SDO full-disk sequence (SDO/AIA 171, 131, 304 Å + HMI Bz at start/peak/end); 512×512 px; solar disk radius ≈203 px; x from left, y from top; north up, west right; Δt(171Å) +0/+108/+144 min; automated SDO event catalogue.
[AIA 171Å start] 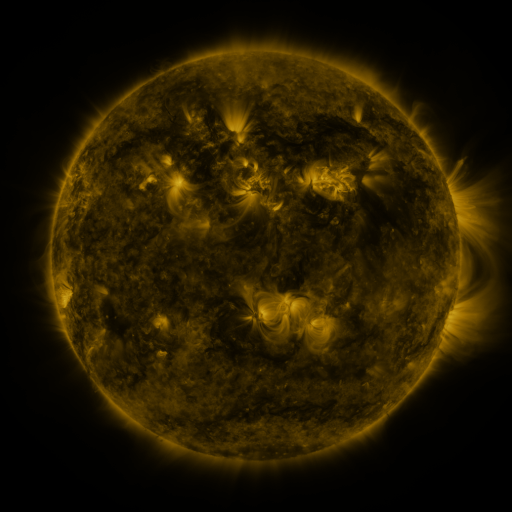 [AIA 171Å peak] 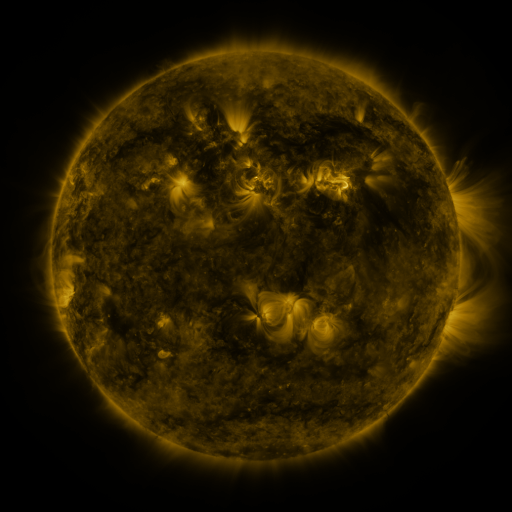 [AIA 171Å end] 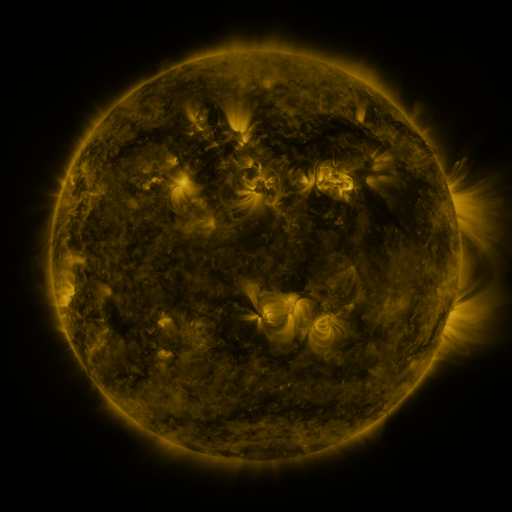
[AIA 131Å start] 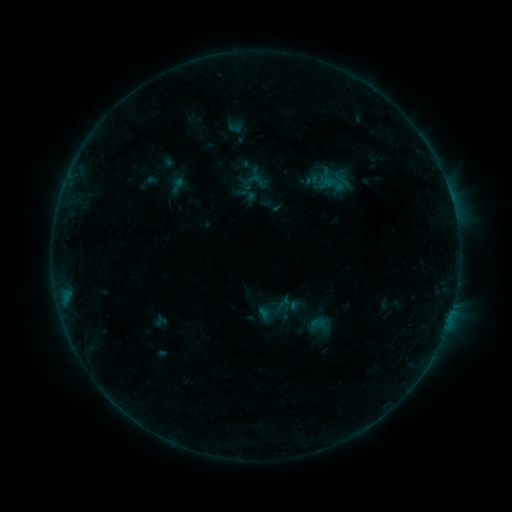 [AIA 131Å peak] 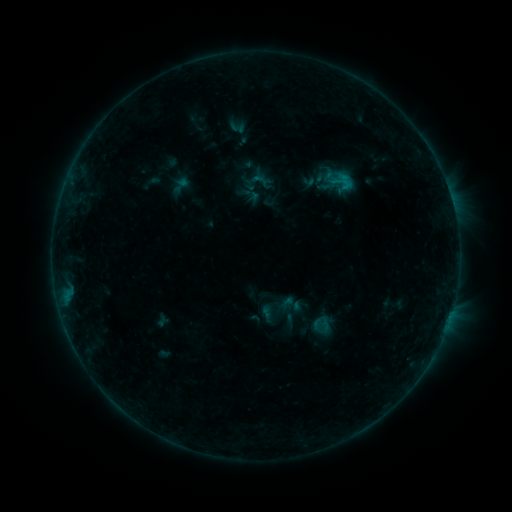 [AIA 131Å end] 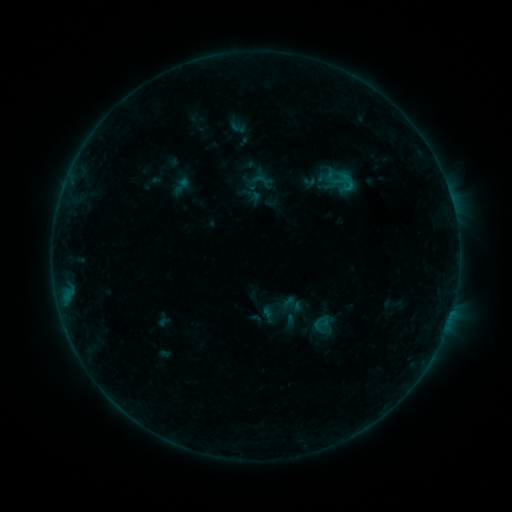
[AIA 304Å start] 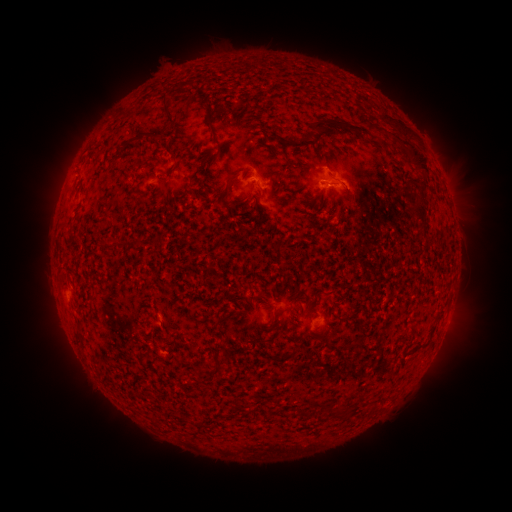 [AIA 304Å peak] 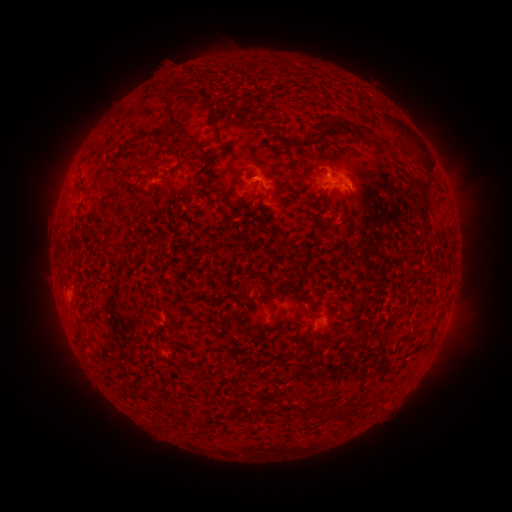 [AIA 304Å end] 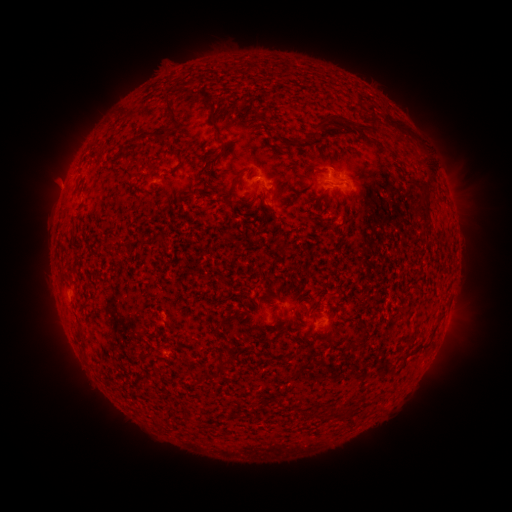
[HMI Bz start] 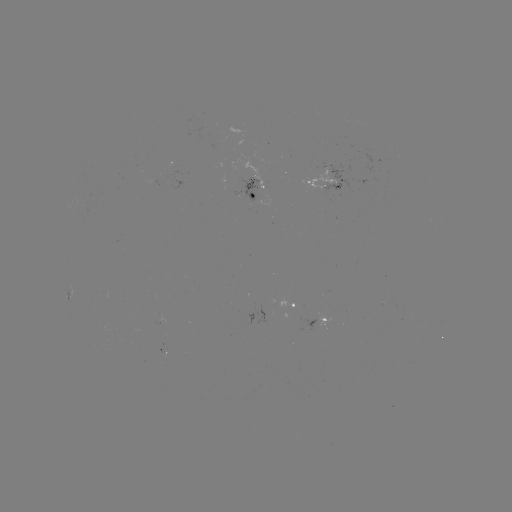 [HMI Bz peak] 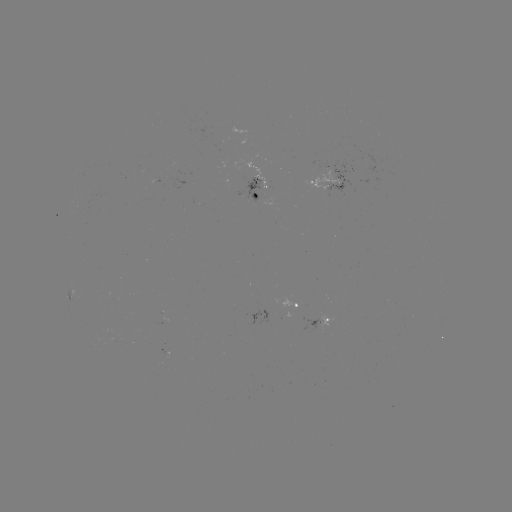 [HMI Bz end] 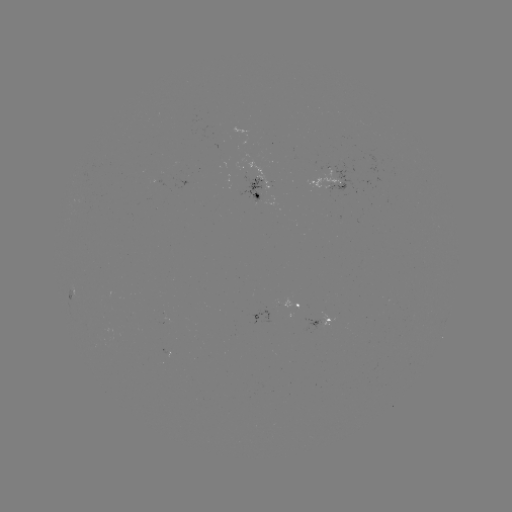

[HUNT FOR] emerging-flux region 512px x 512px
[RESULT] (163, 316)